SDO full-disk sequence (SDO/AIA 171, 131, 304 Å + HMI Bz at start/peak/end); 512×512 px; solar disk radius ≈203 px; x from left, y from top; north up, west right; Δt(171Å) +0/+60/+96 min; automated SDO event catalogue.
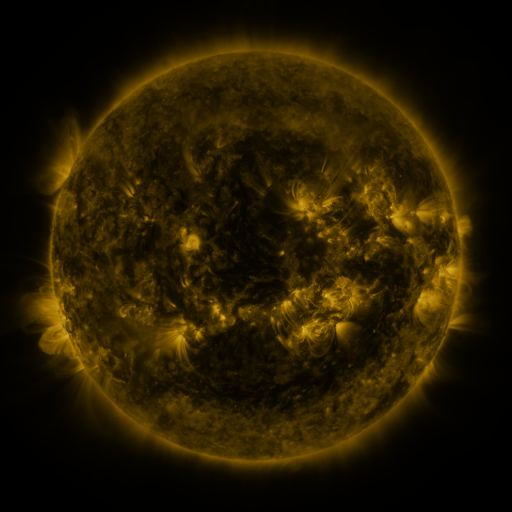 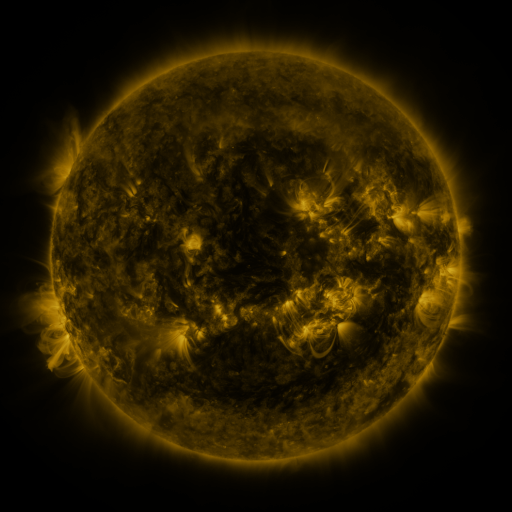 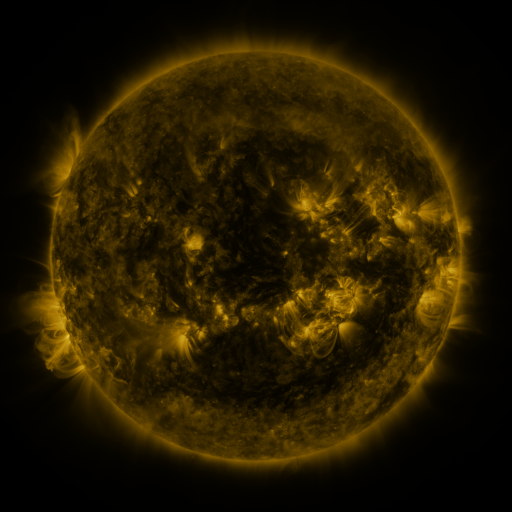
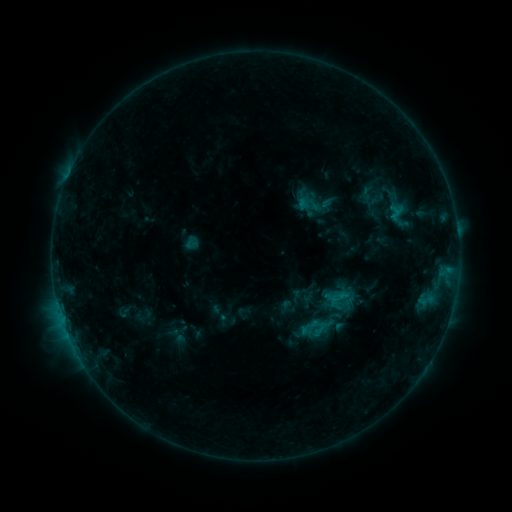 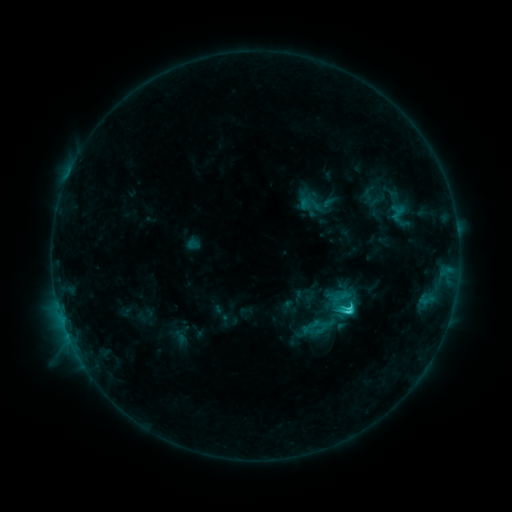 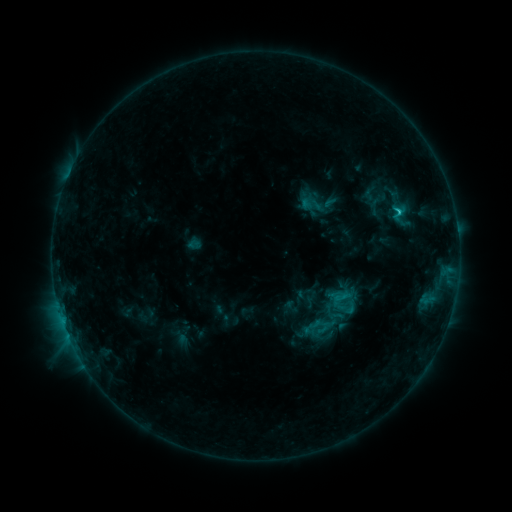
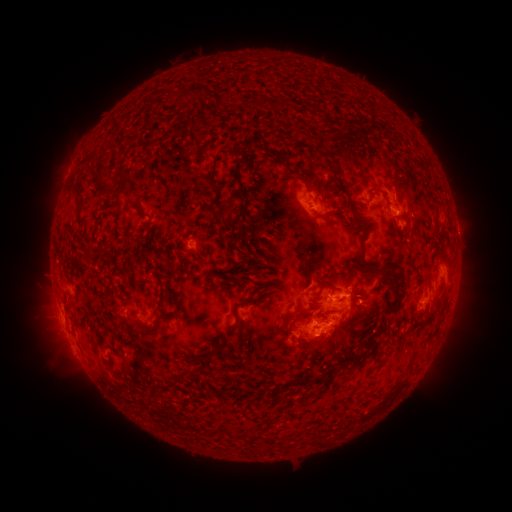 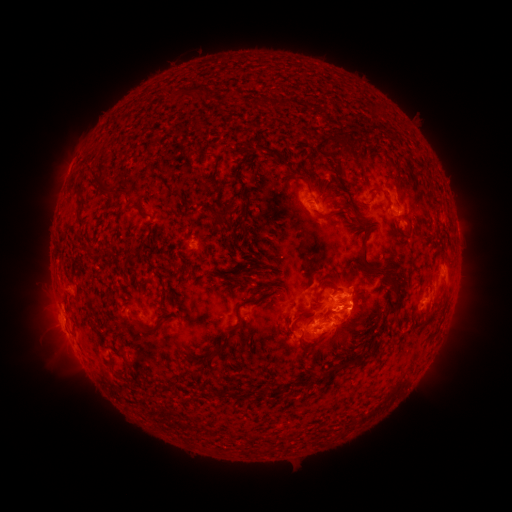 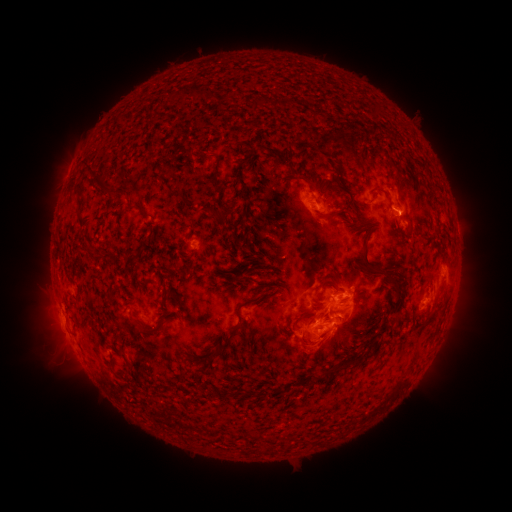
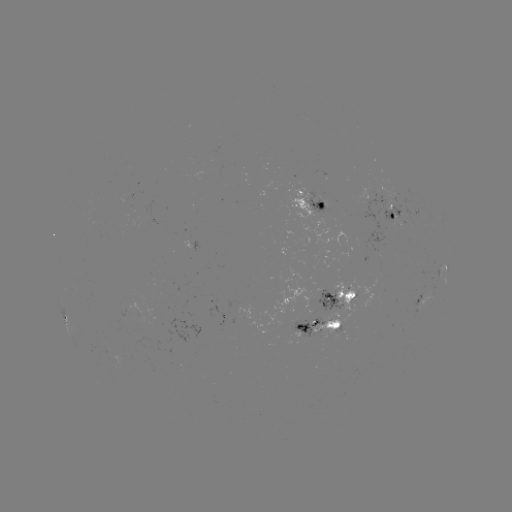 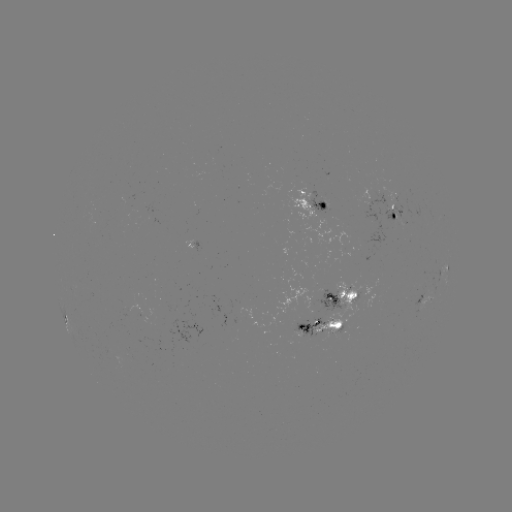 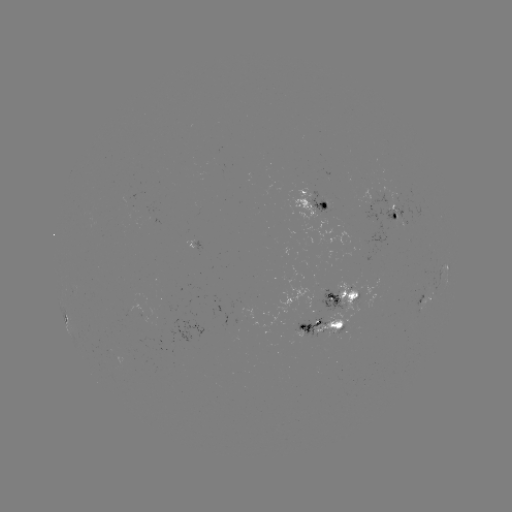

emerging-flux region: <bbox>359, 193, 392, 223</bbox>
